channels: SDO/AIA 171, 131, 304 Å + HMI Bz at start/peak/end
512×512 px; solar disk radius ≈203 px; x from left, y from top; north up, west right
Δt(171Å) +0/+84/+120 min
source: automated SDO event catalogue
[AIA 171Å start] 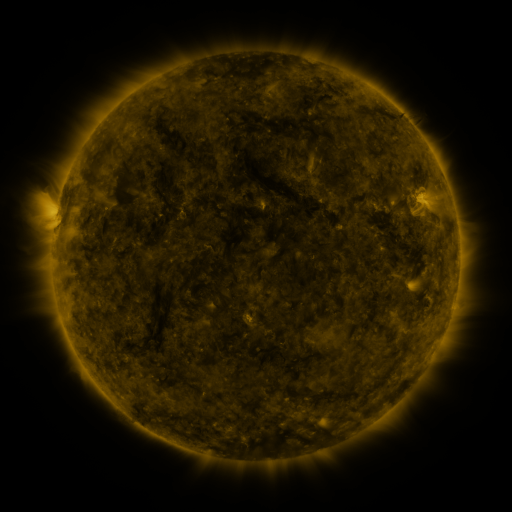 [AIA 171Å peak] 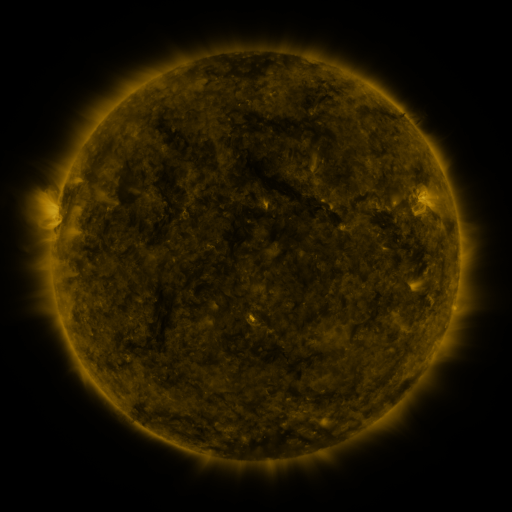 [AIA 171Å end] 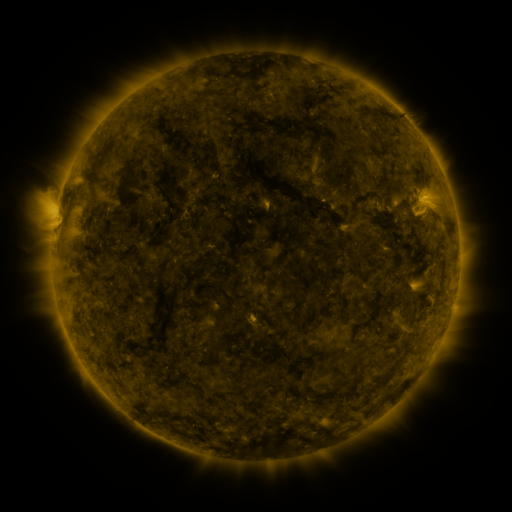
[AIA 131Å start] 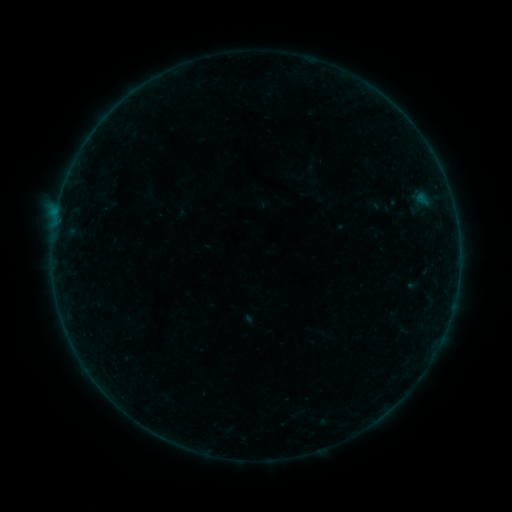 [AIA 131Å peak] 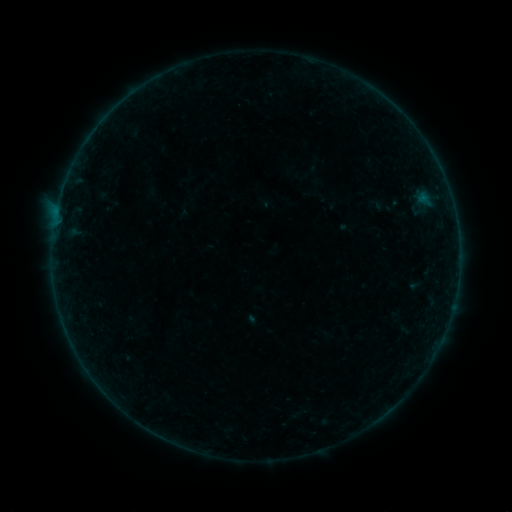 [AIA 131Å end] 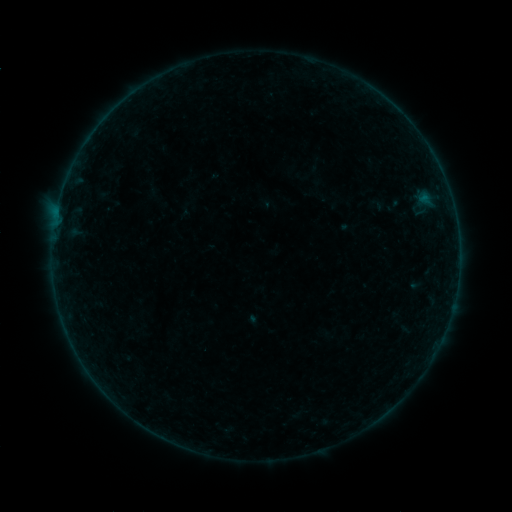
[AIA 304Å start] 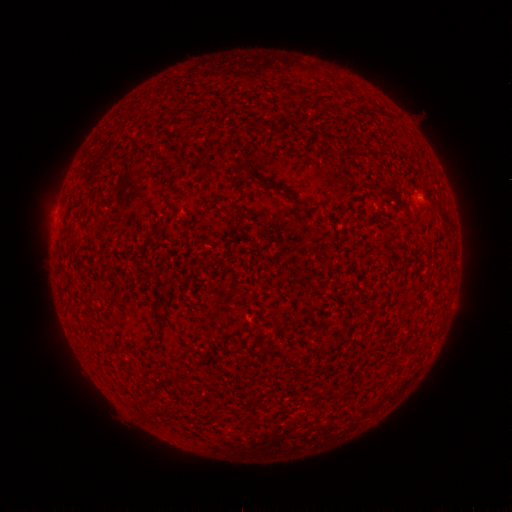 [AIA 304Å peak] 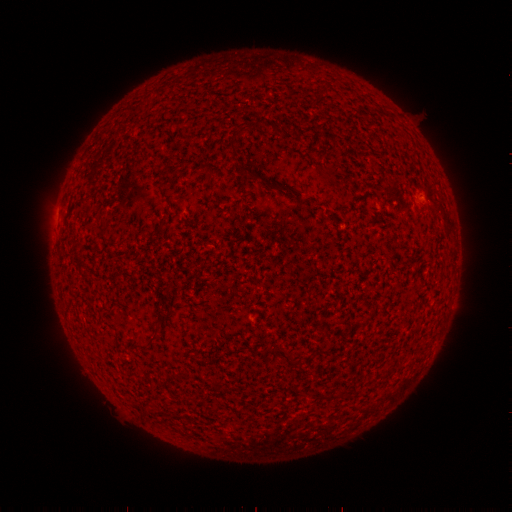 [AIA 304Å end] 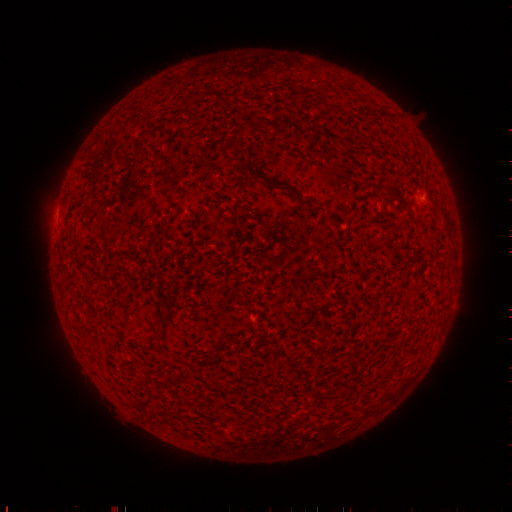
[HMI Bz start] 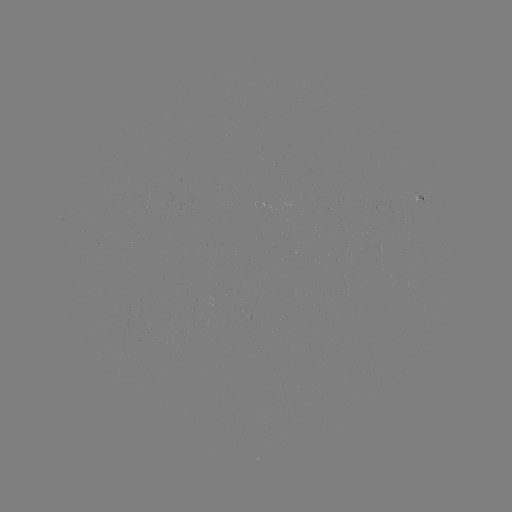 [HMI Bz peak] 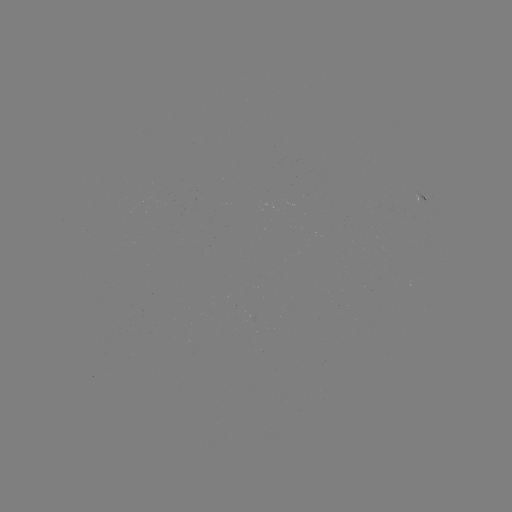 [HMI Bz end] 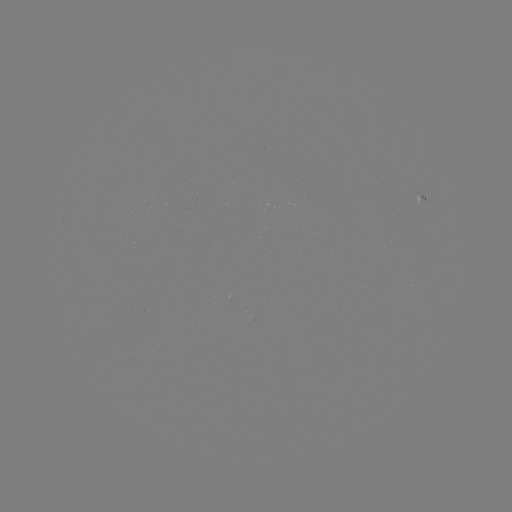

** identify emerging-flux region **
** (415, 204) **